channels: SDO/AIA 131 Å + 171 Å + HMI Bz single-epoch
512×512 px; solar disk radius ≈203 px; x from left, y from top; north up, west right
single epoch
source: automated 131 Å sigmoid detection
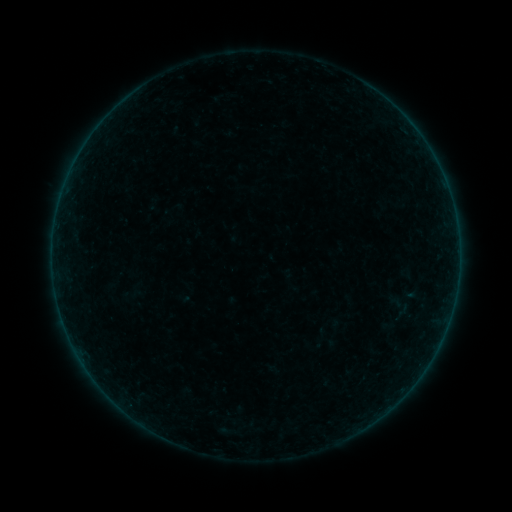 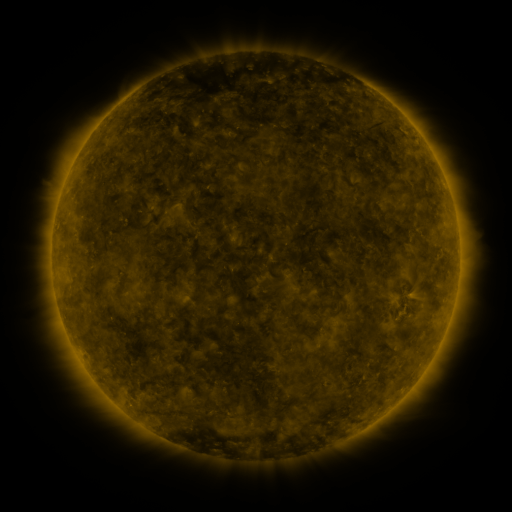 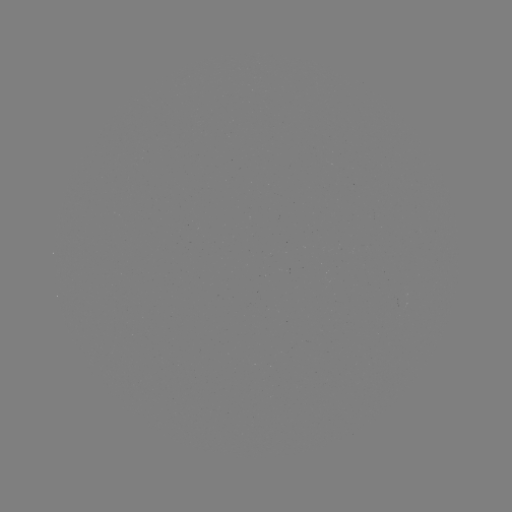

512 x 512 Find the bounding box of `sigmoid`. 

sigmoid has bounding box [392, 298, 410, 316].